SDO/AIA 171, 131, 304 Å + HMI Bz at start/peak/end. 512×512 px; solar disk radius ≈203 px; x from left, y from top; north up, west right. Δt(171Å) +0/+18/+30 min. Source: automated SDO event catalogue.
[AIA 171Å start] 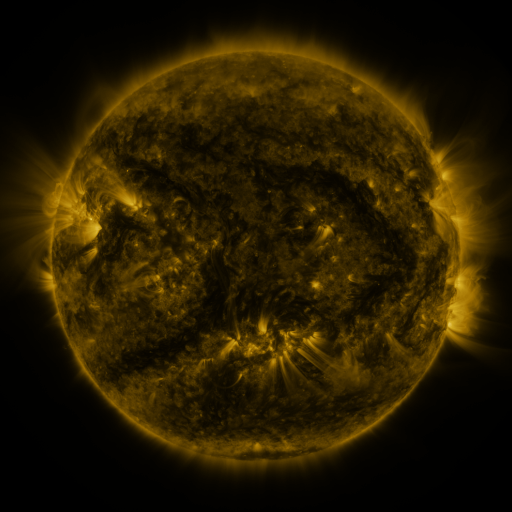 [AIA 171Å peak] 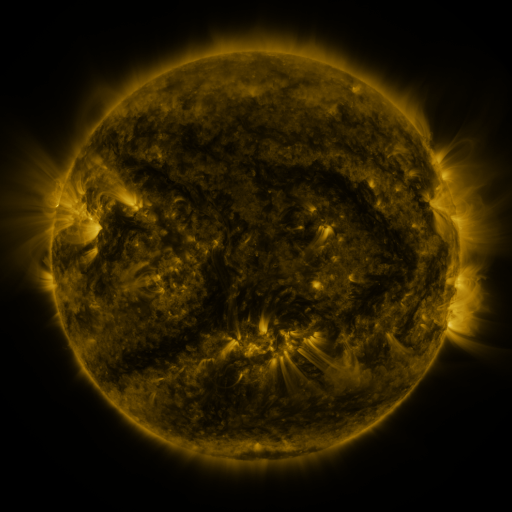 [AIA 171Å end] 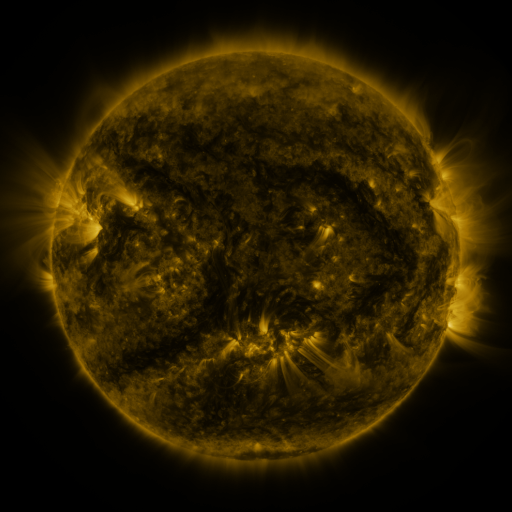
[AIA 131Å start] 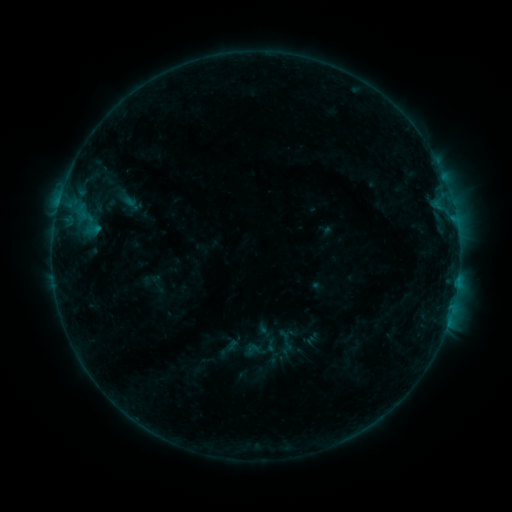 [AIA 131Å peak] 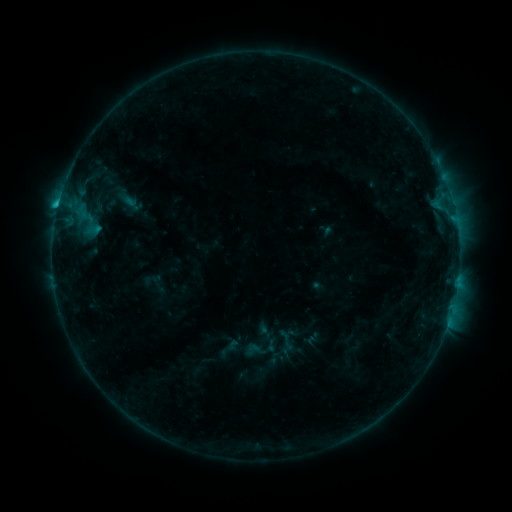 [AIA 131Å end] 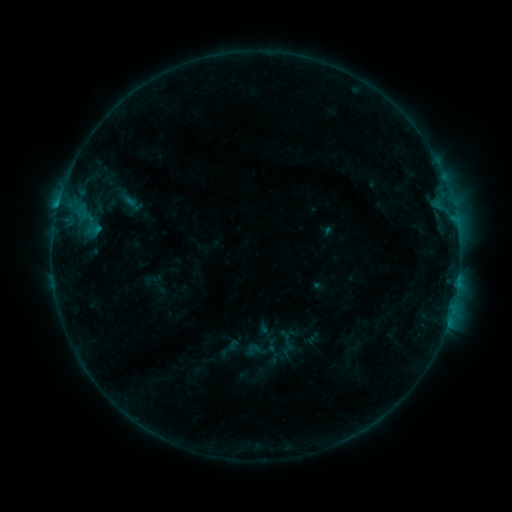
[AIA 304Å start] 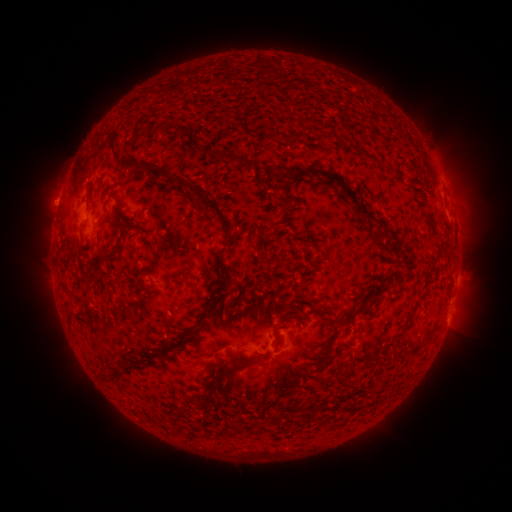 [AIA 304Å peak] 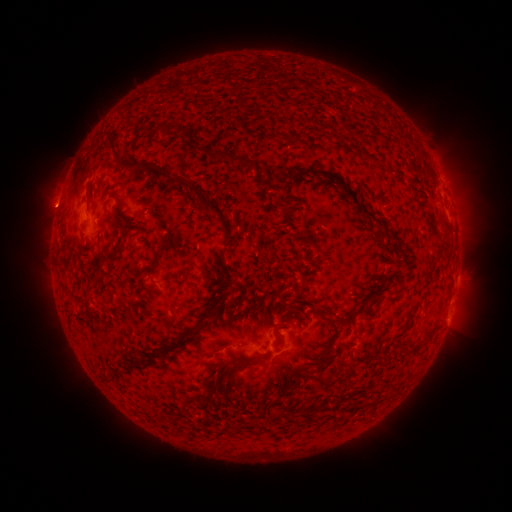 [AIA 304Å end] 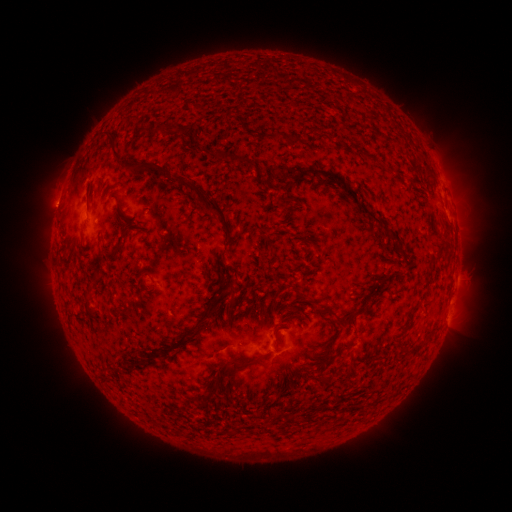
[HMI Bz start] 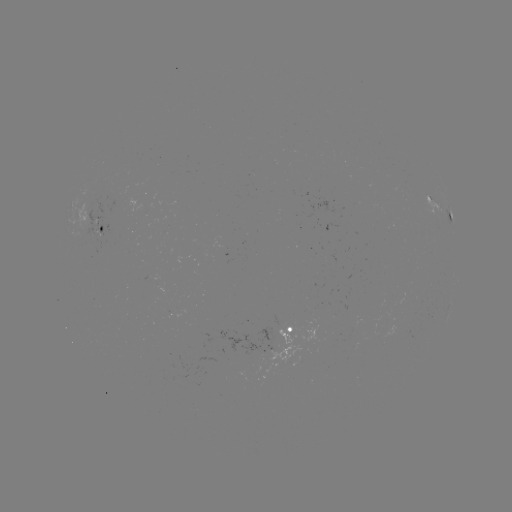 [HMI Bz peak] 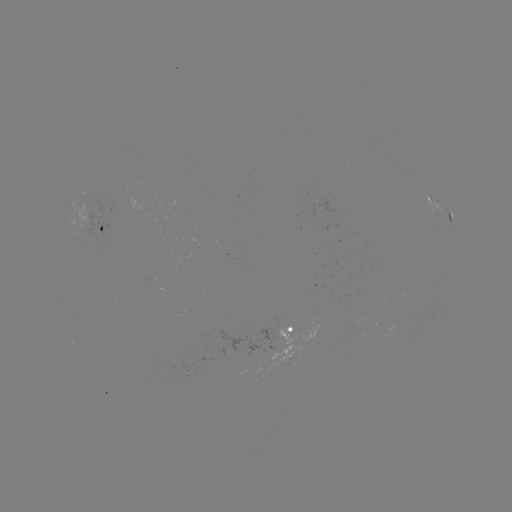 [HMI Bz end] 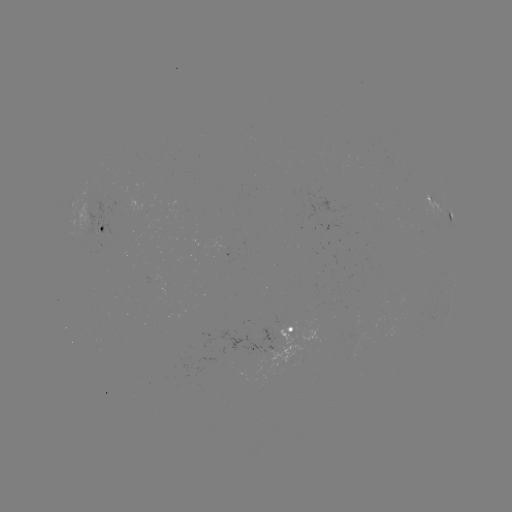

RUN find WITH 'B8.1 flare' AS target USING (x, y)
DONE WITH (327, 231) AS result